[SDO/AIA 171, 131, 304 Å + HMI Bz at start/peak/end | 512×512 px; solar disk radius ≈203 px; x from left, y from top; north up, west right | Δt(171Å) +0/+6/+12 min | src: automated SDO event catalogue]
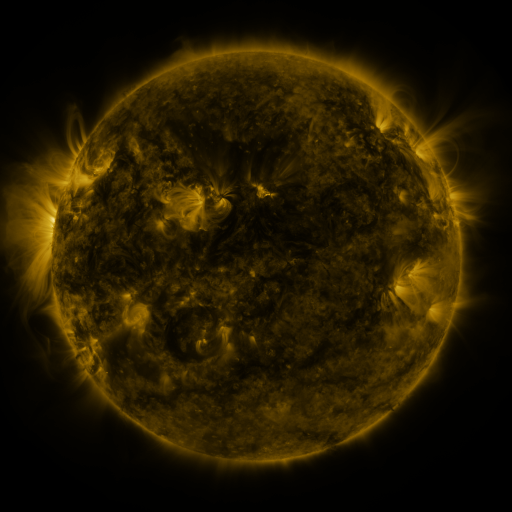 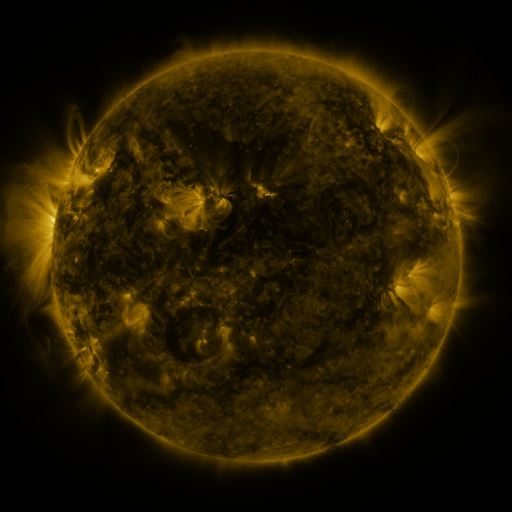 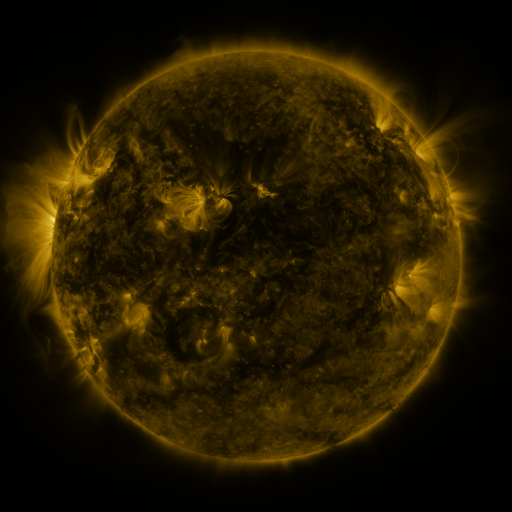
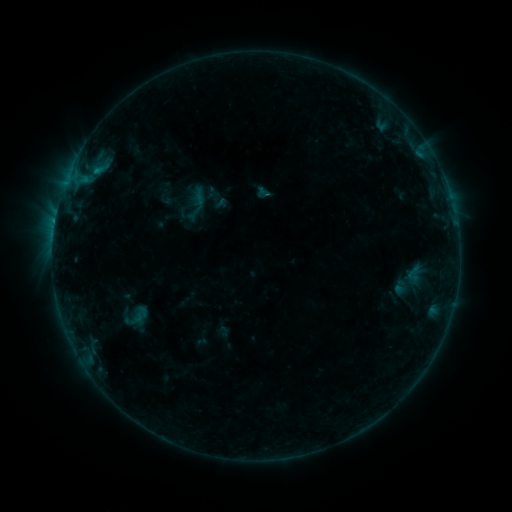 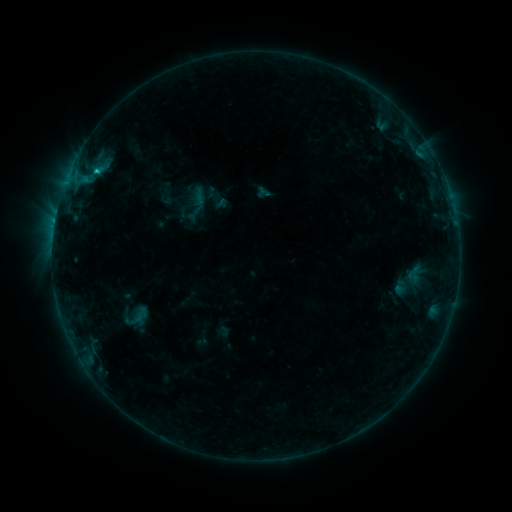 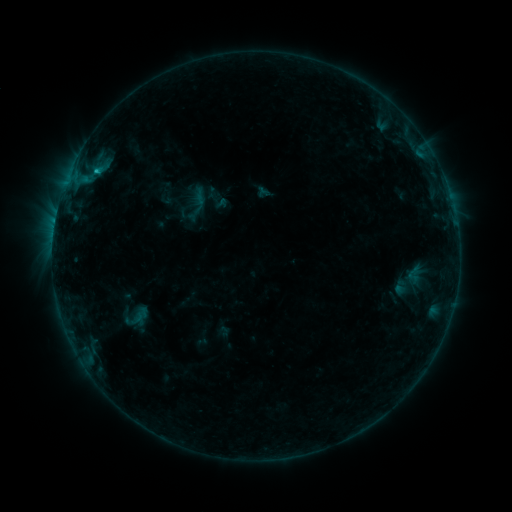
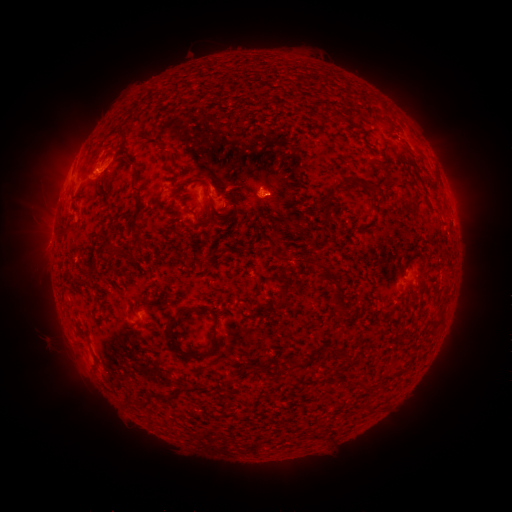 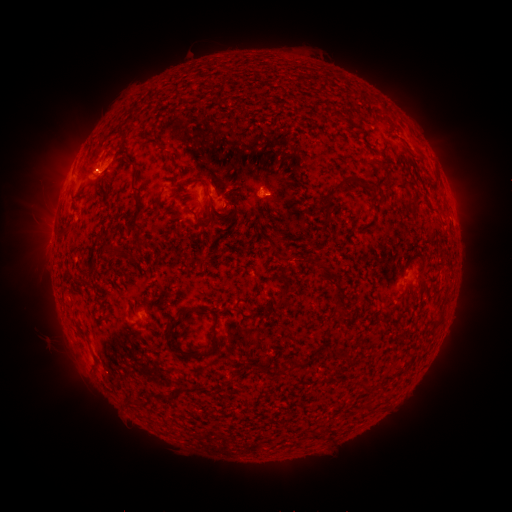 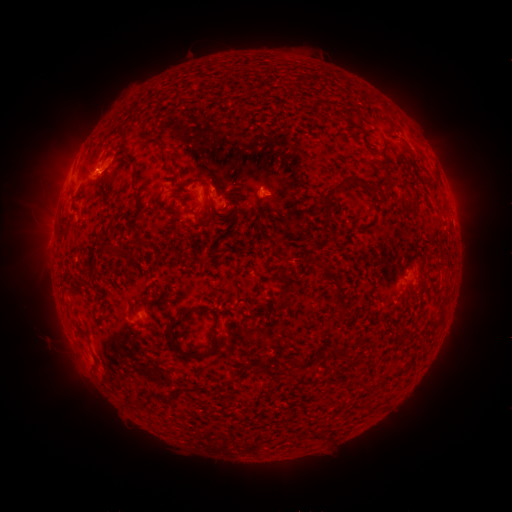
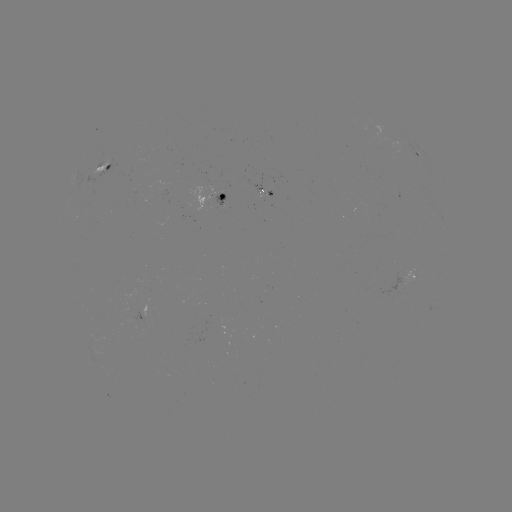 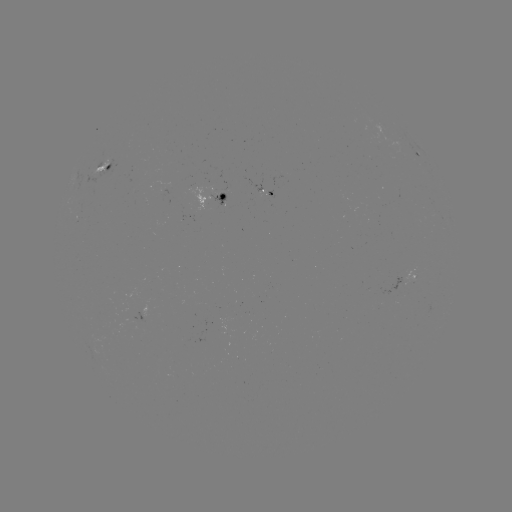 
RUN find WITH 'B6.9 flare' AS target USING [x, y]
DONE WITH [98, 172] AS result